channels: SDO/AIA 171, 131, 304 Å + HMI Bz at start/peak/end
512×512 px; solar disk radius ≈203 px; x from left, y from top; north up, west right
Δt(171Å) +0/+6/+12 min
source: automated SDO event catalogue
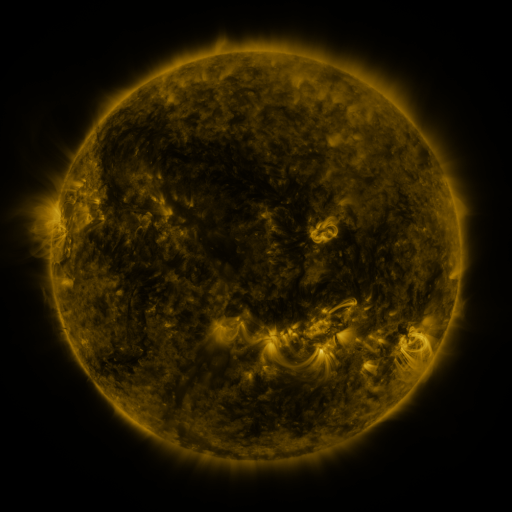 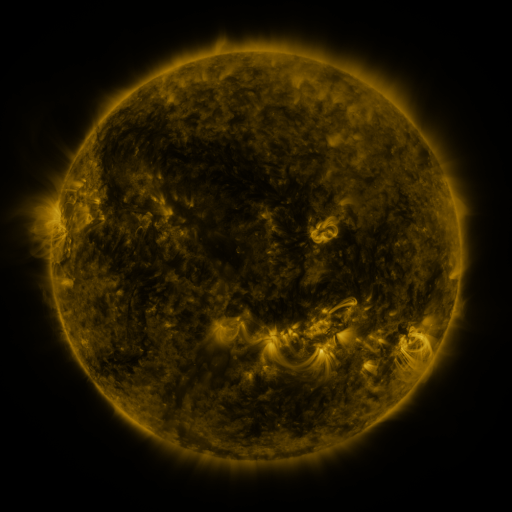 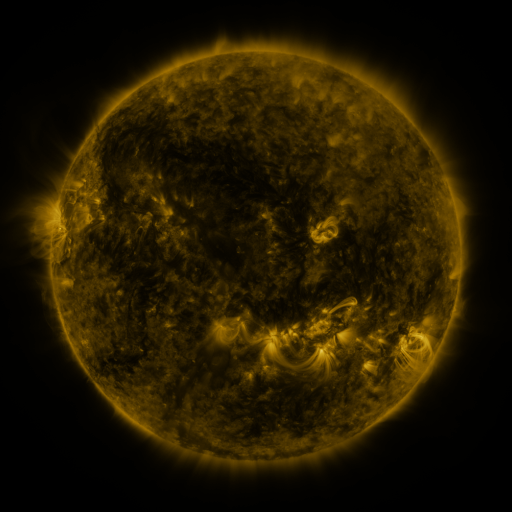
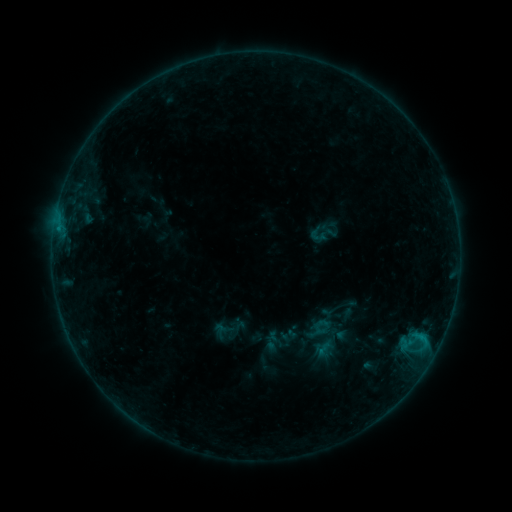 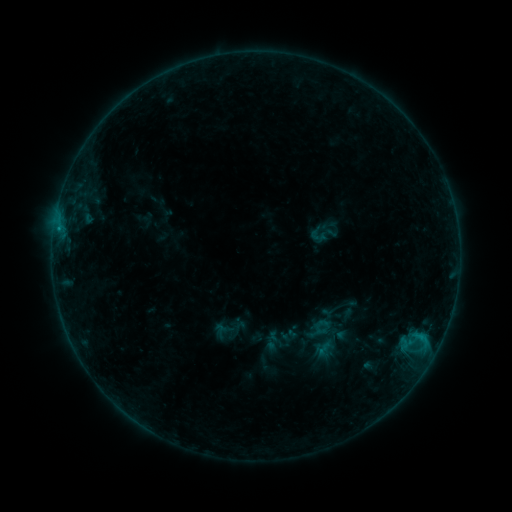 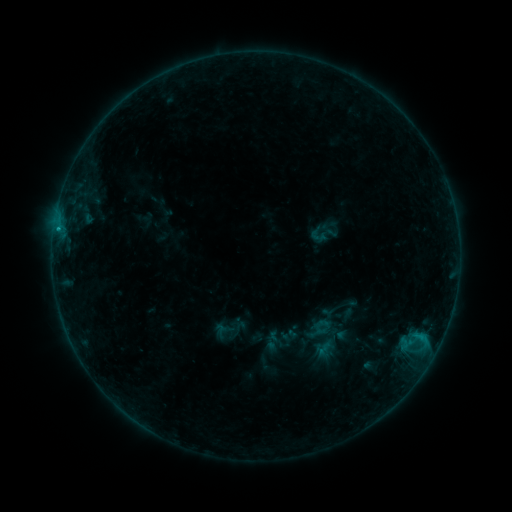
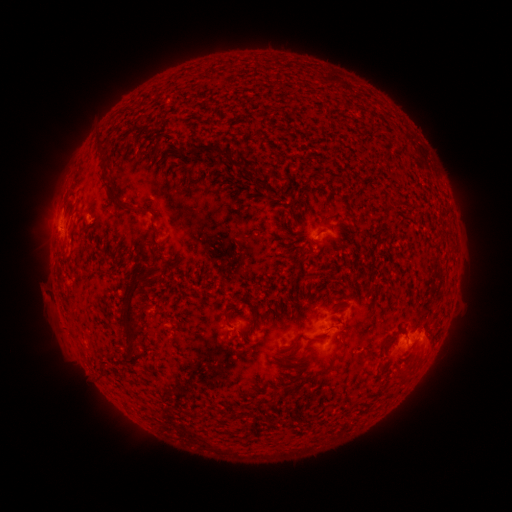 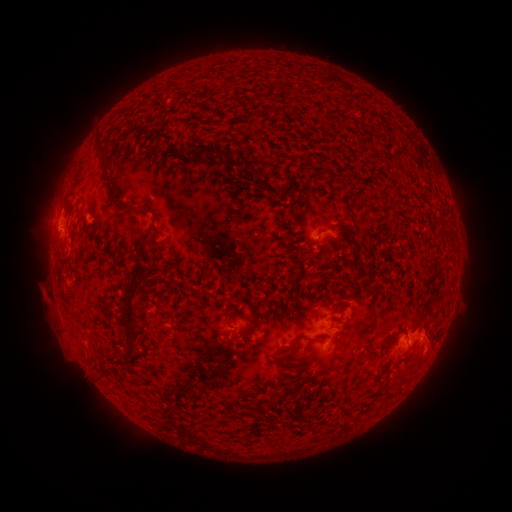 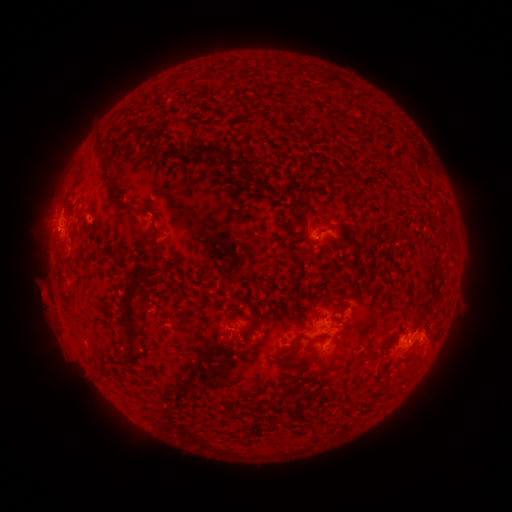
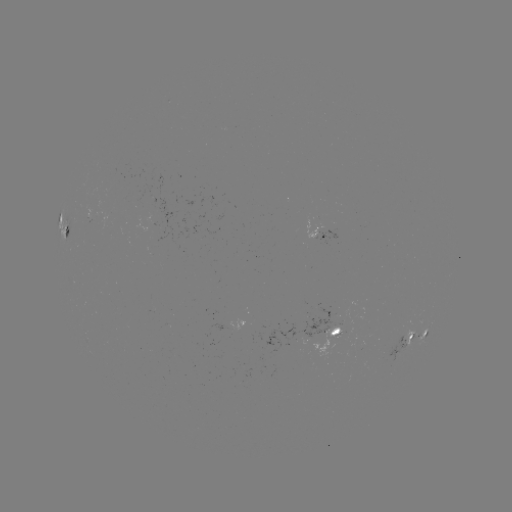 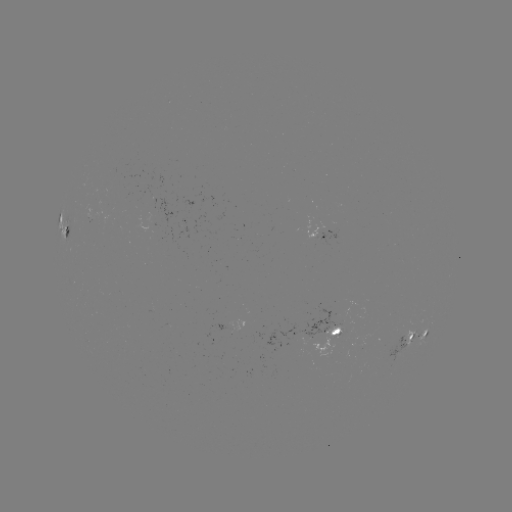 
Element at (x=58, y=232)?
B6.3 flare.